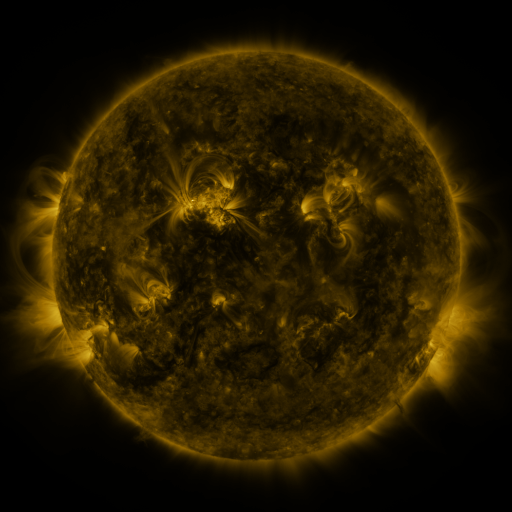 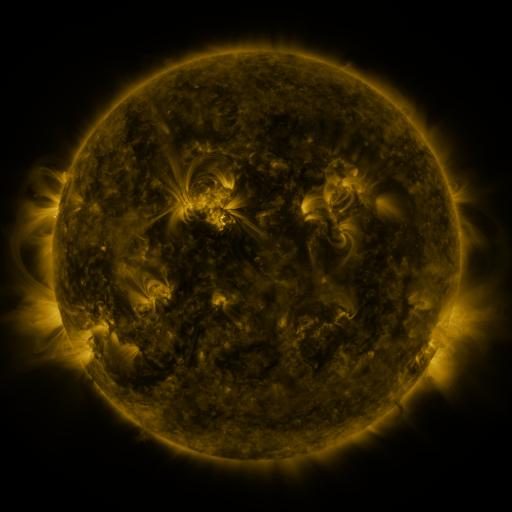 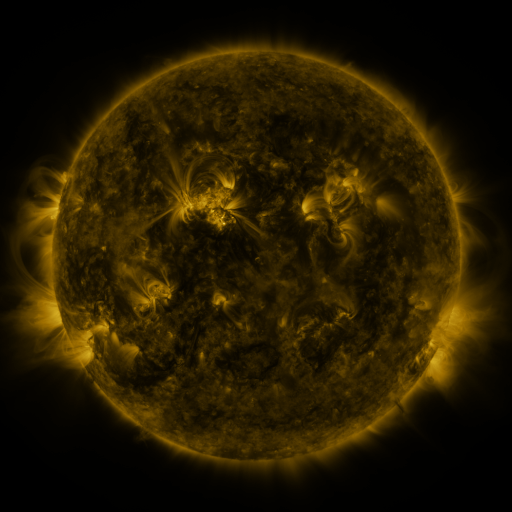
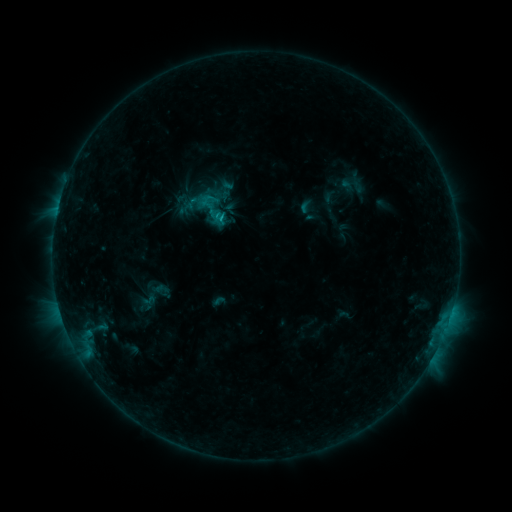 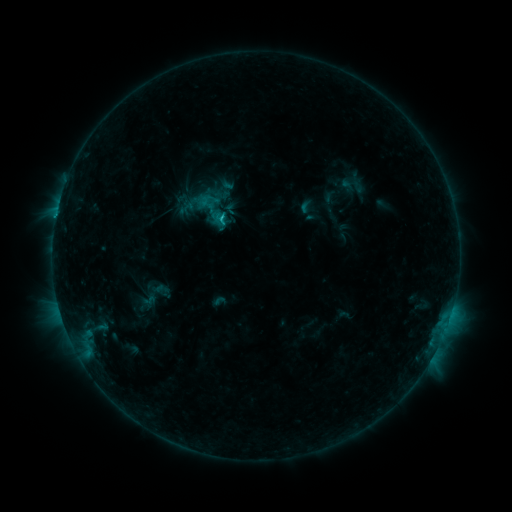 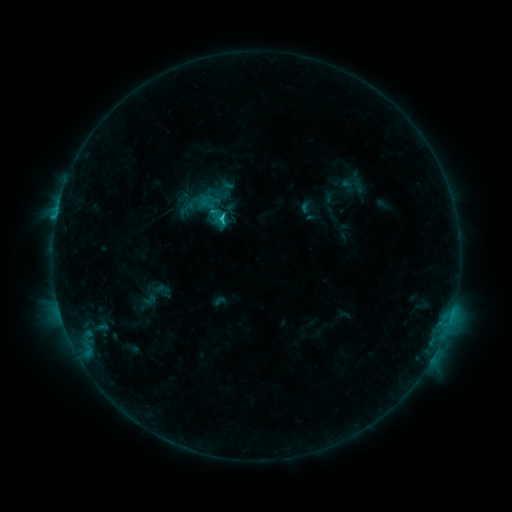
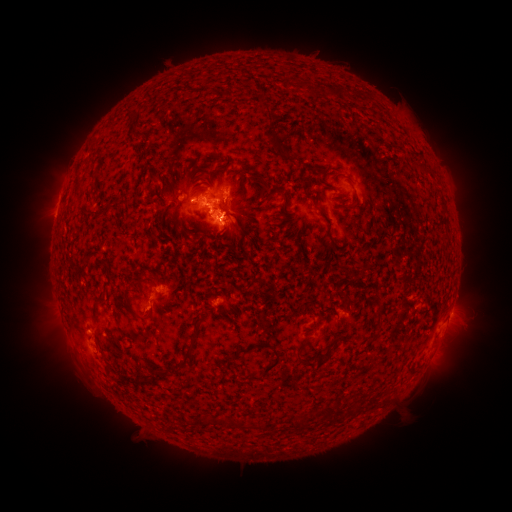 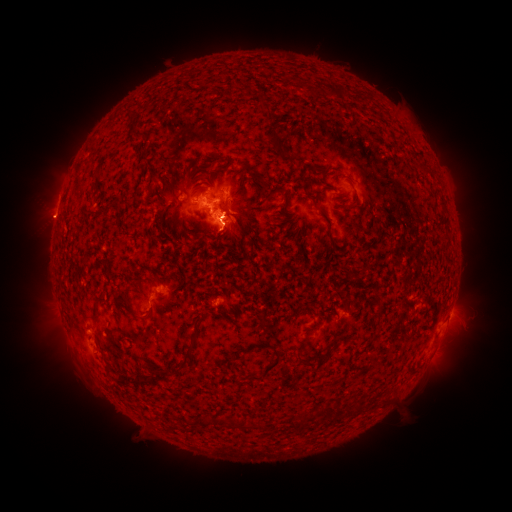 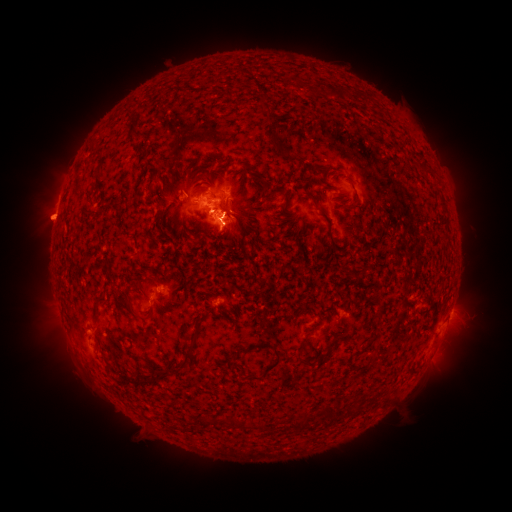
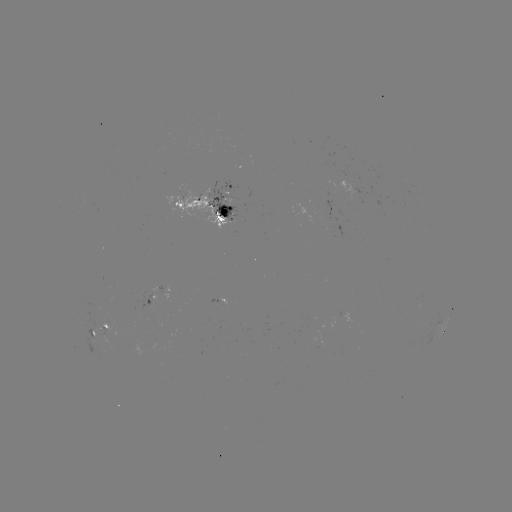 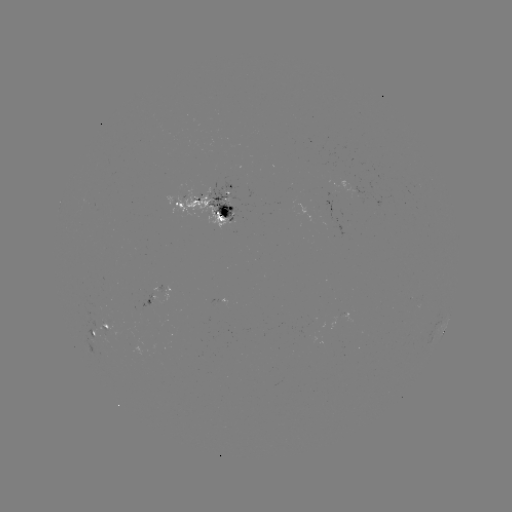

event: flare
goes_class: C1.9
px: (224, 223)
